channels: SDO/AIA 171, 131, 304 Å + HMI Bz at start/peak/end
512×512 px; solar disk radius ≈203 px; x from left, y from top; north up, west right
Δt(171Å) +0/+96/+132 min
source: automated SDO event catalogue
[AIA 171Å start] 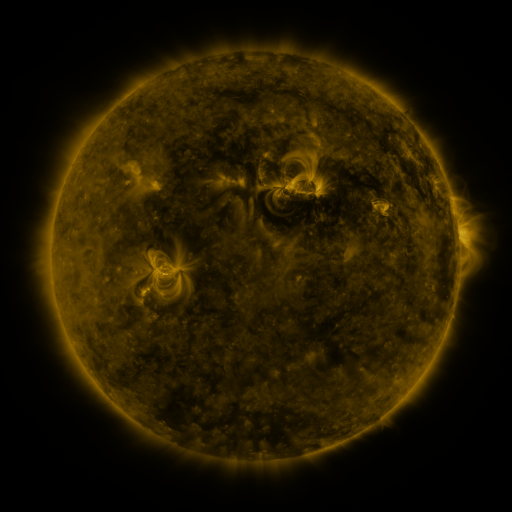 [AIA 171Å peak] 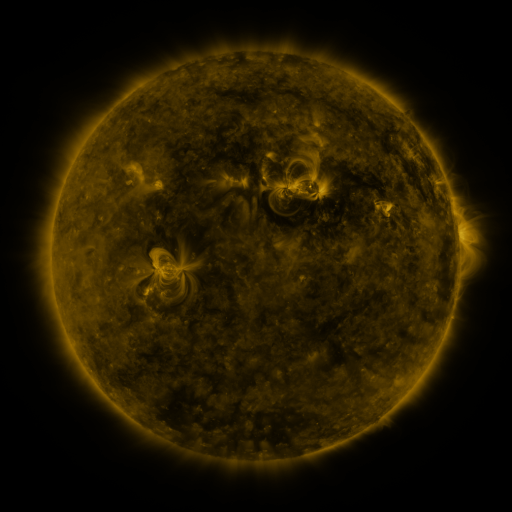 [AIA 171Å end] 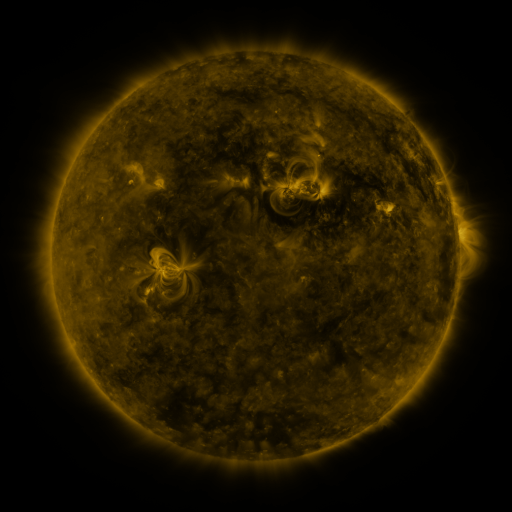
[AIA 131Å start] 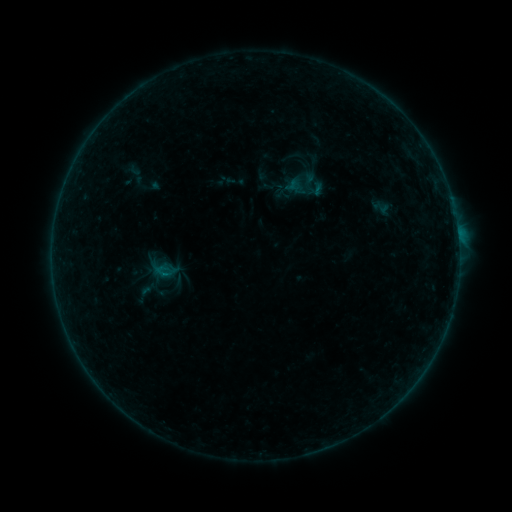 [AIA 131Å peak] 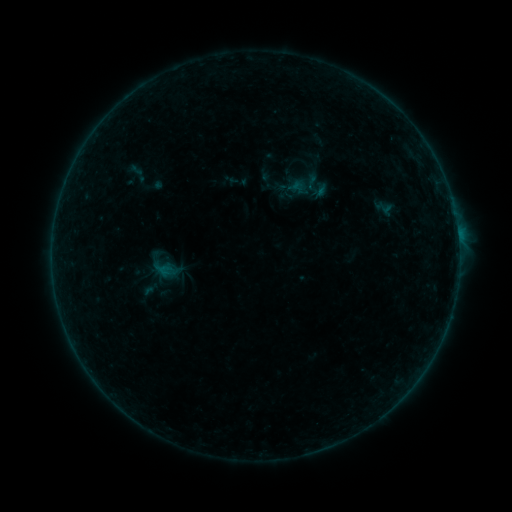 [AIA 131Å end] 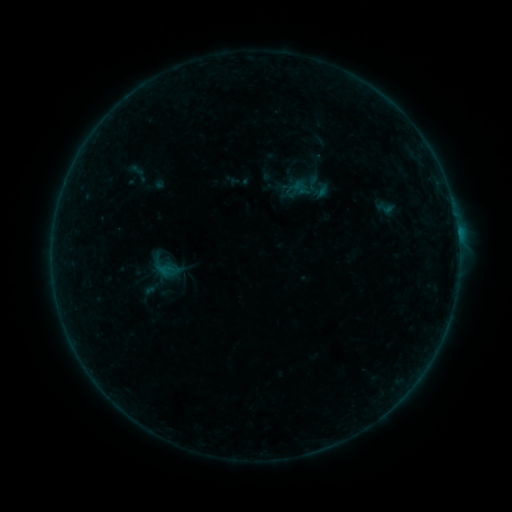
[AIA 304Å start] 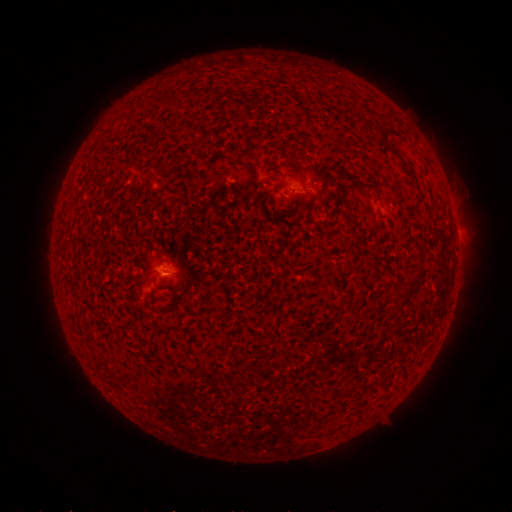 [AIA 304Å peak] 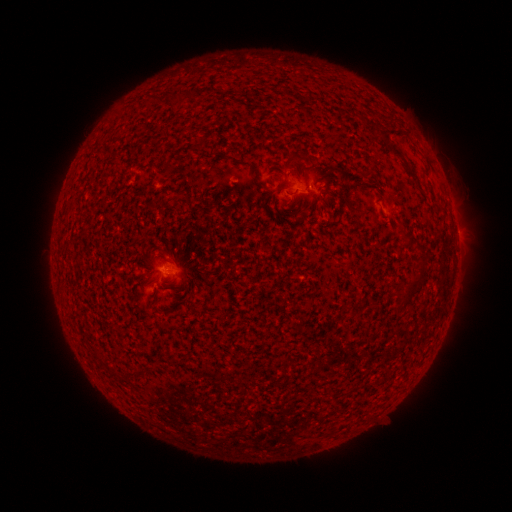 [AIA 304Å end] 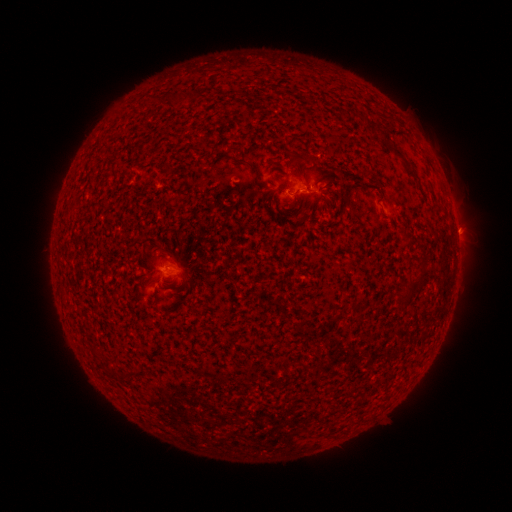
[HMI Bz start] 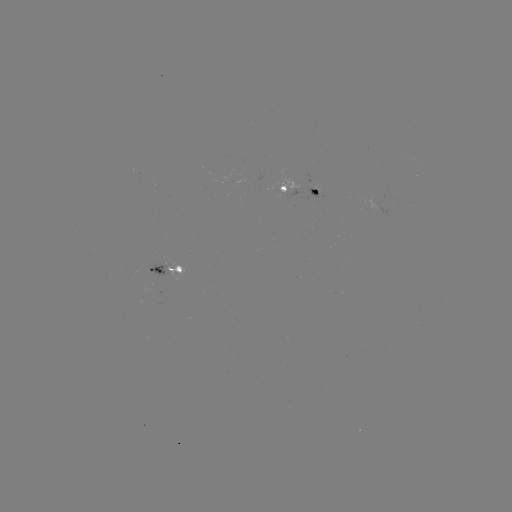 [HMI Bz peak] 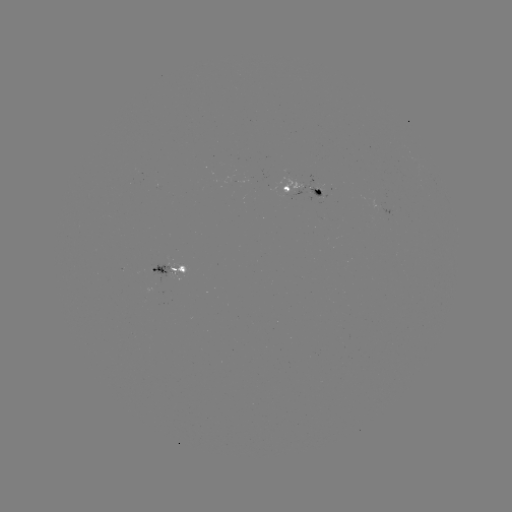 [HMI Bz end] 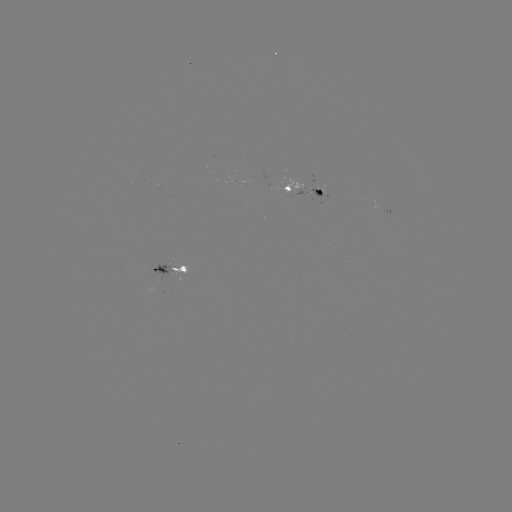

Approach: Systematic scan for emerging-flux region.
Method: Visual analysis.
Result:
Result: emerging-flux region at [319, 188].